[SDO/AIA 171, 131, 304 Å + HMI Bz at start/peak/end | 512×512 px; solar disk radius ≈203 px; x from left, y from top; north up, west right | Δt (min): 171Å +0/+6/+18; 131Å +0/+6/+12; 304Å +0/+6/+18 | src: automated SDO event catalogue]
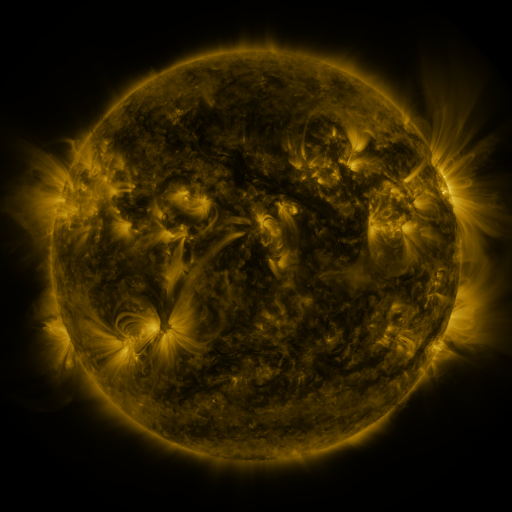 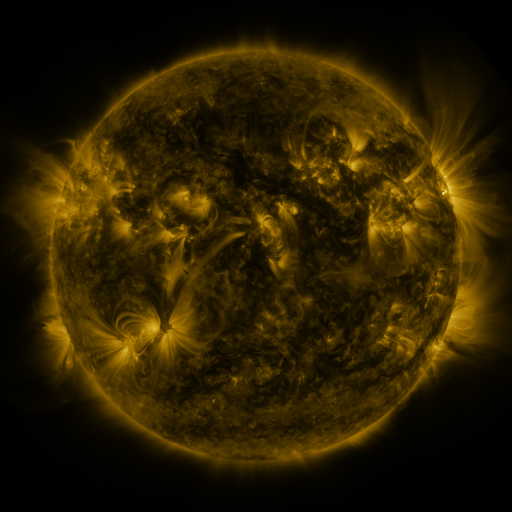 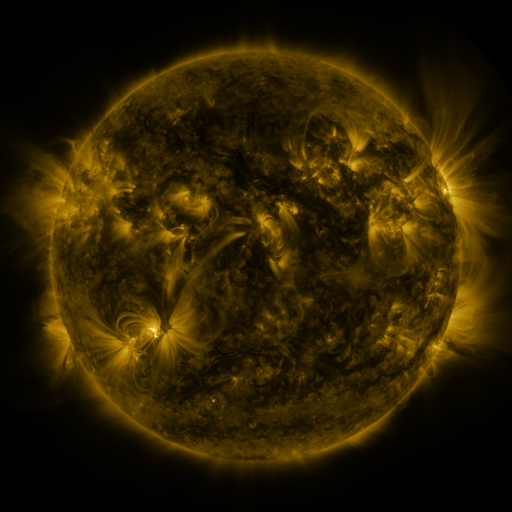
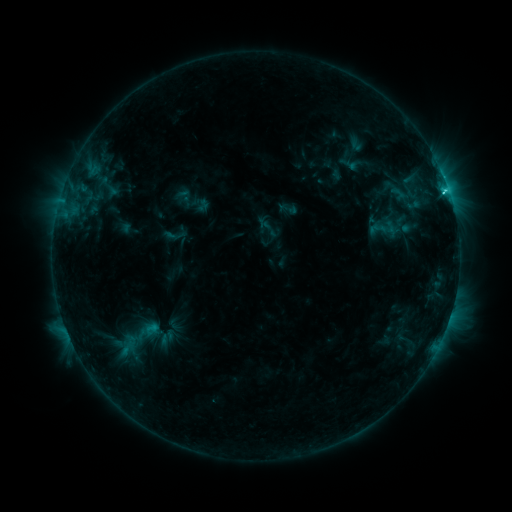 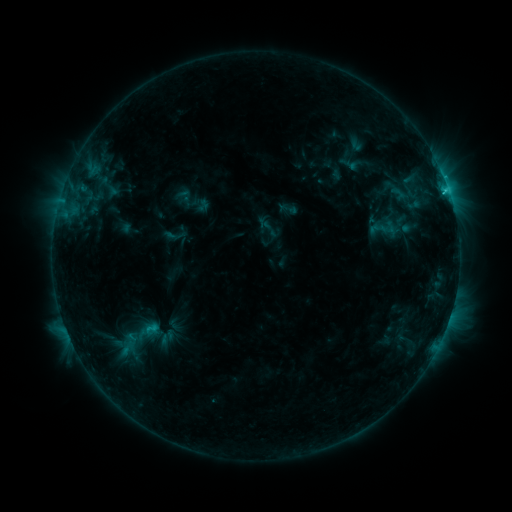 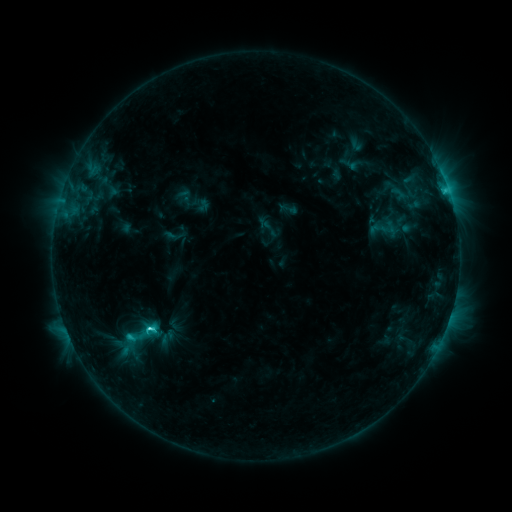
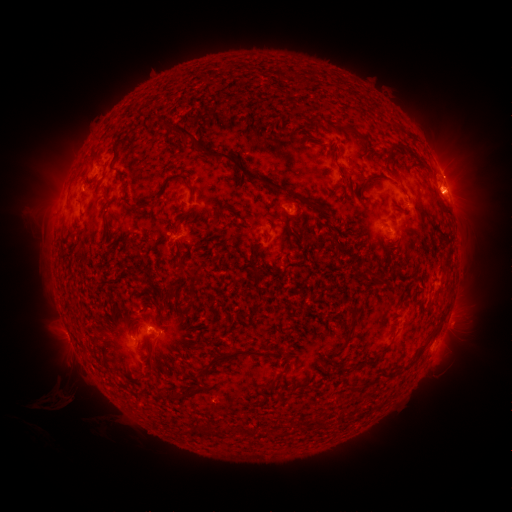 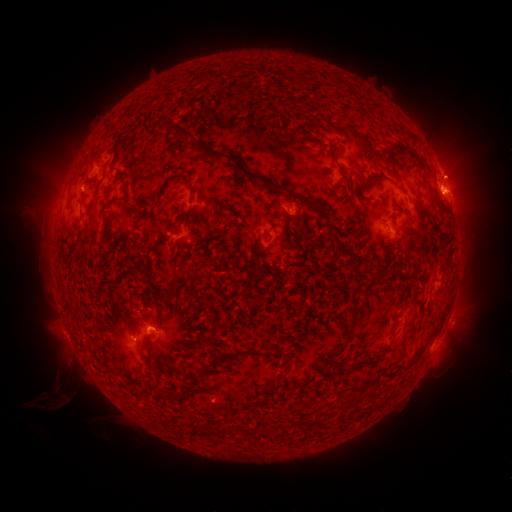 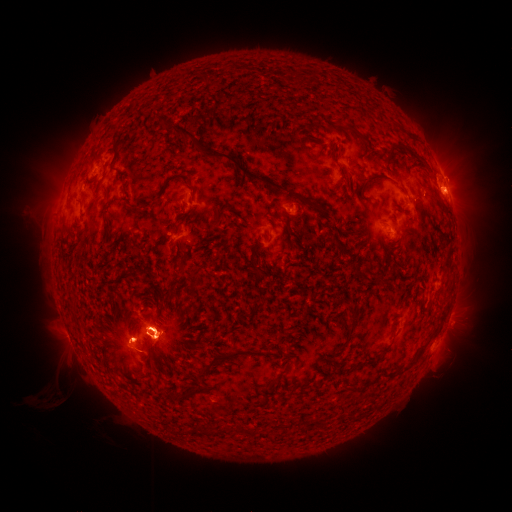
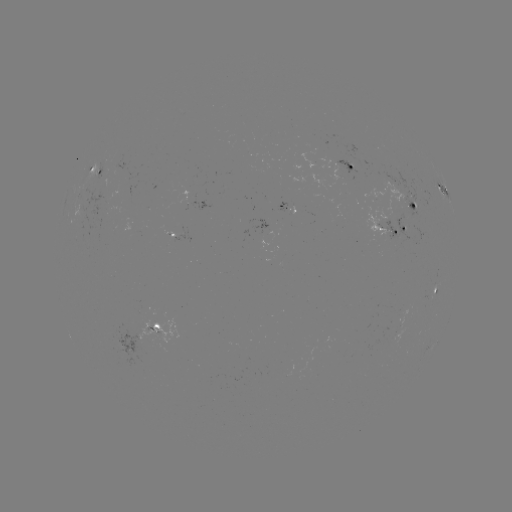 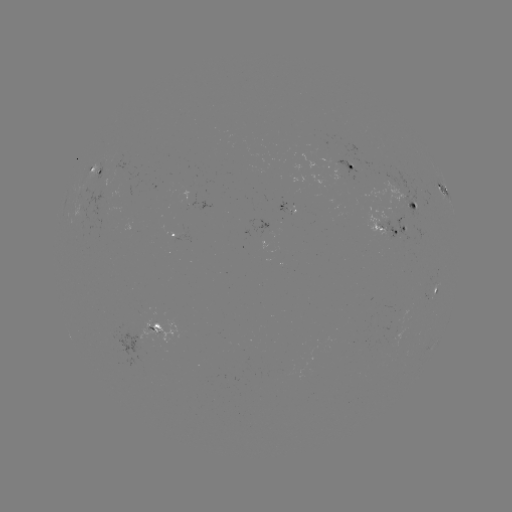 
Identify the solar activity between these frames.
eruption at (57, 394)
